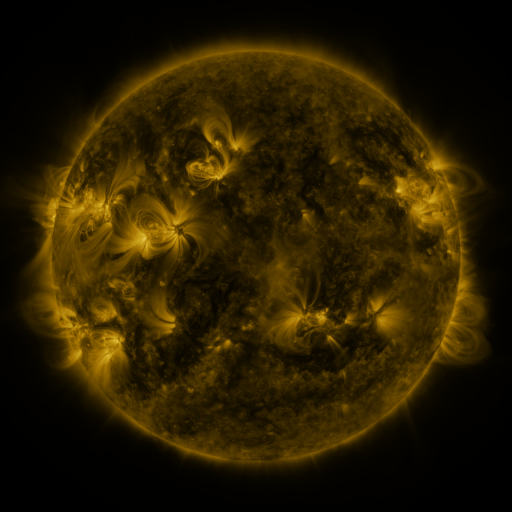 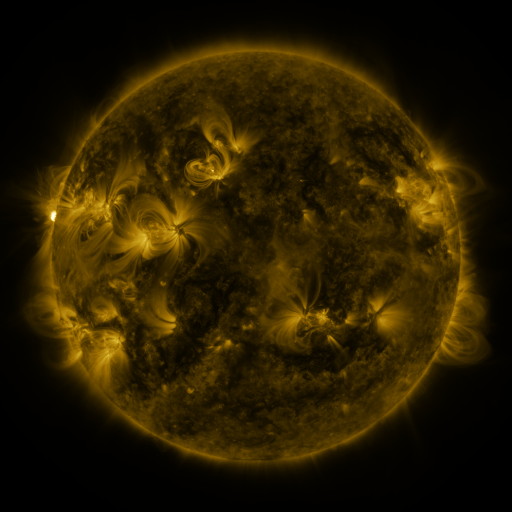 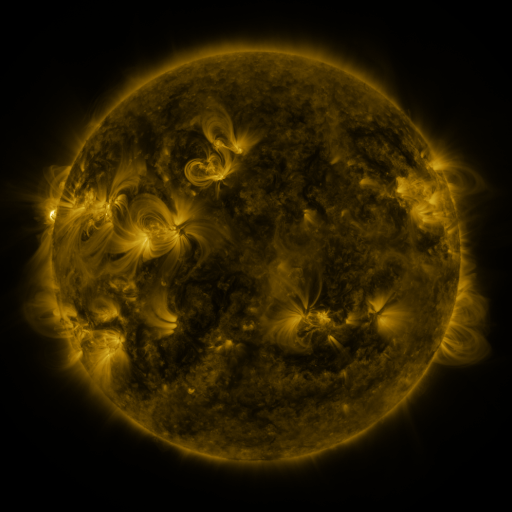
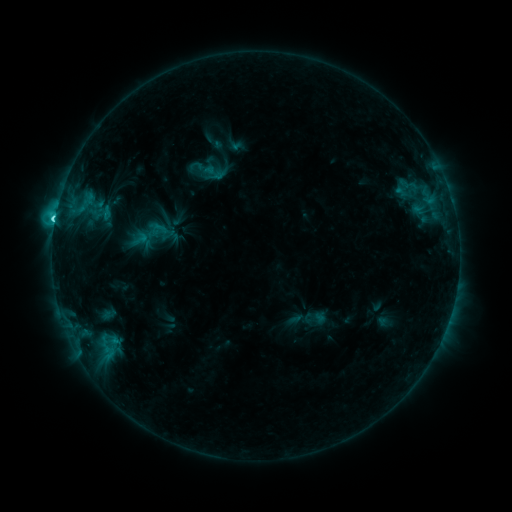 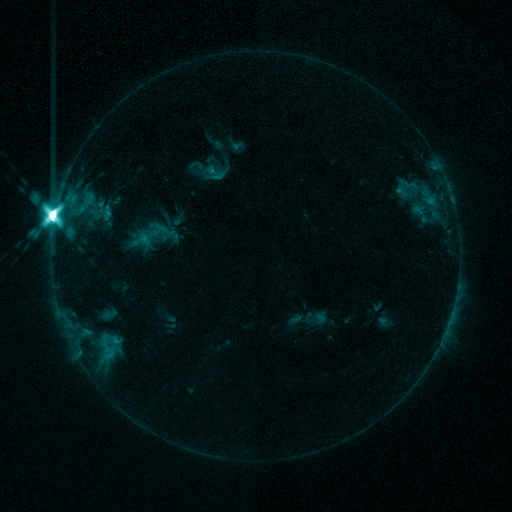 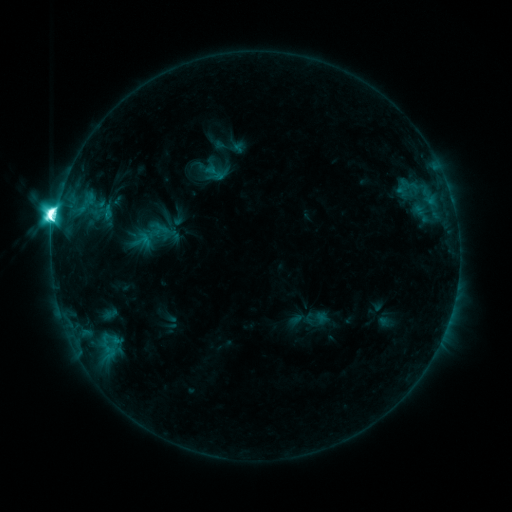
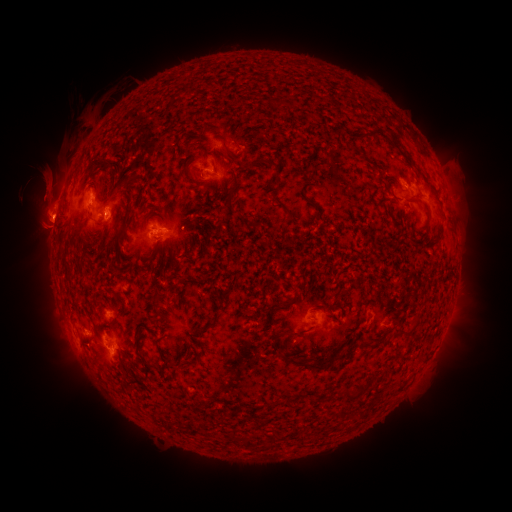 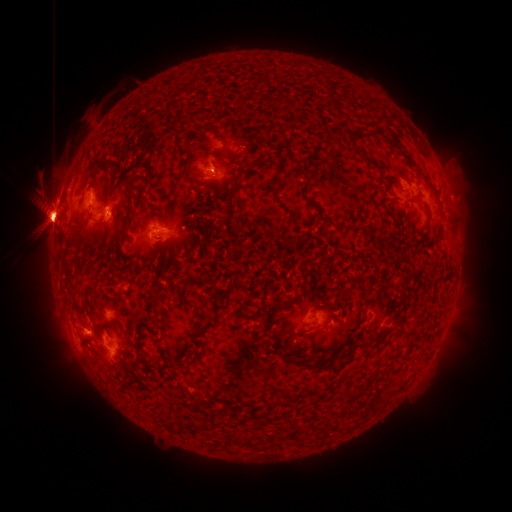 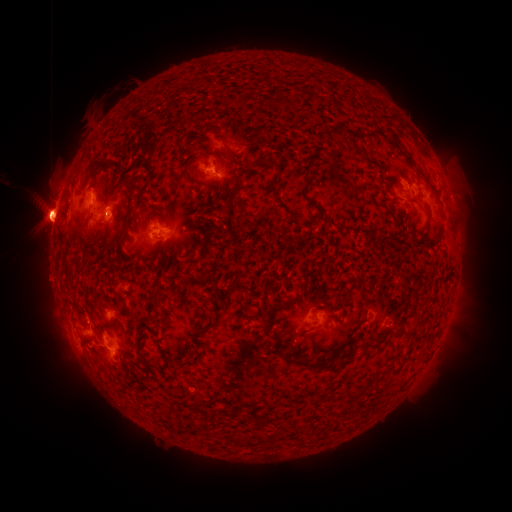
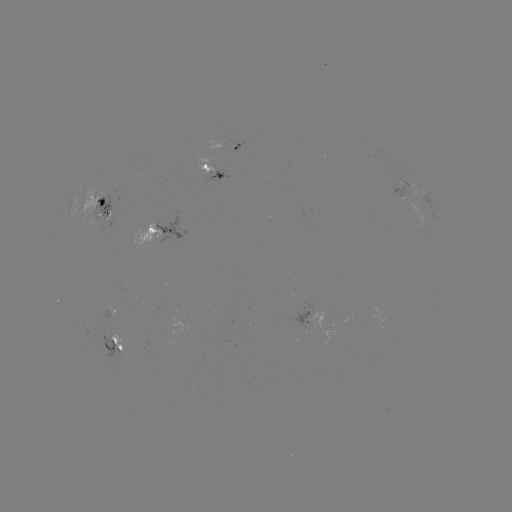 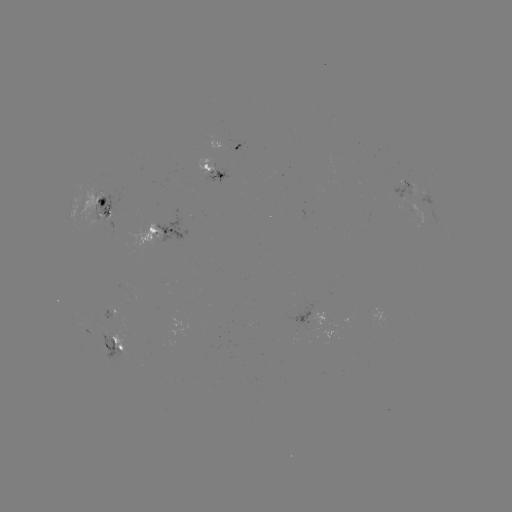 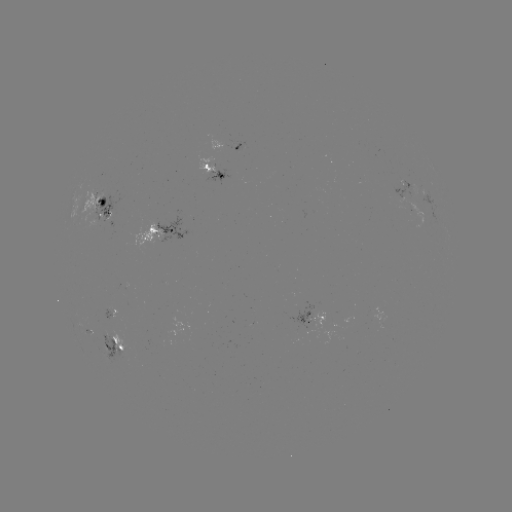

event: eruption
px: (48, 200)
